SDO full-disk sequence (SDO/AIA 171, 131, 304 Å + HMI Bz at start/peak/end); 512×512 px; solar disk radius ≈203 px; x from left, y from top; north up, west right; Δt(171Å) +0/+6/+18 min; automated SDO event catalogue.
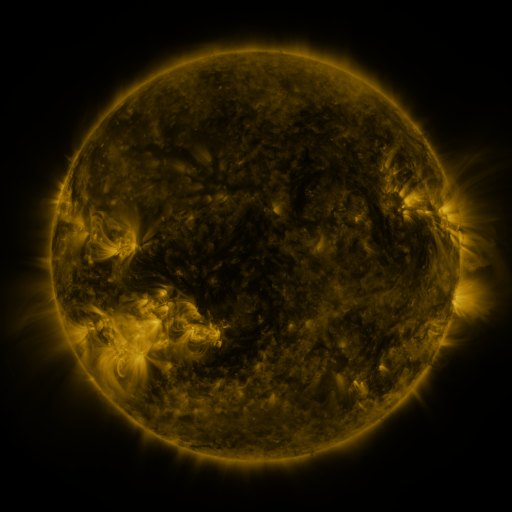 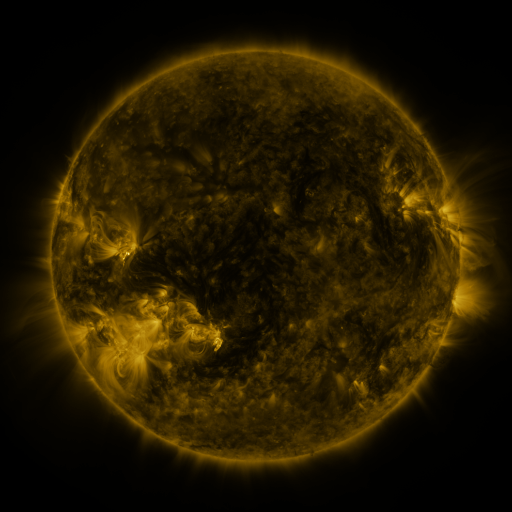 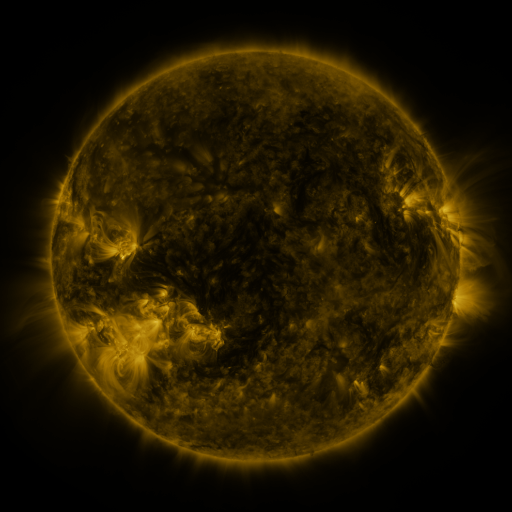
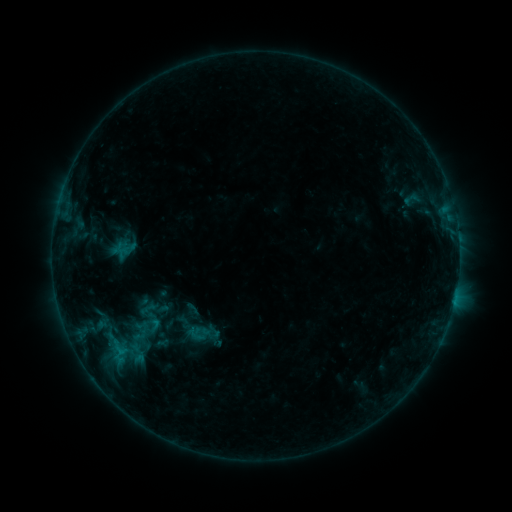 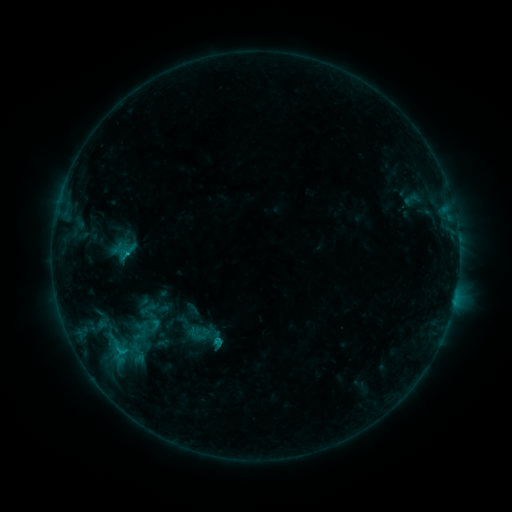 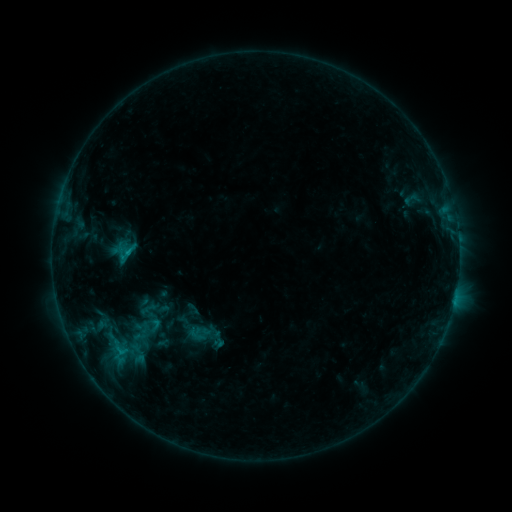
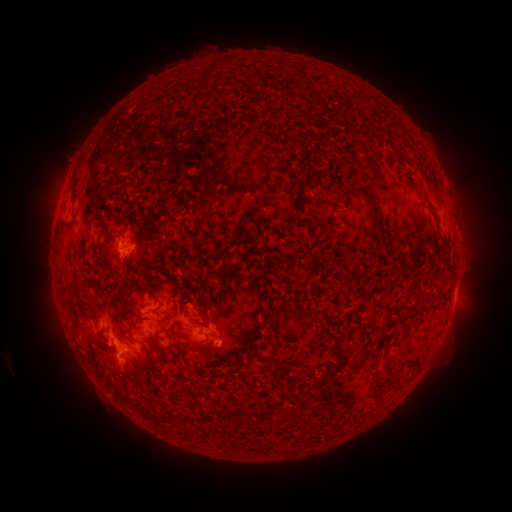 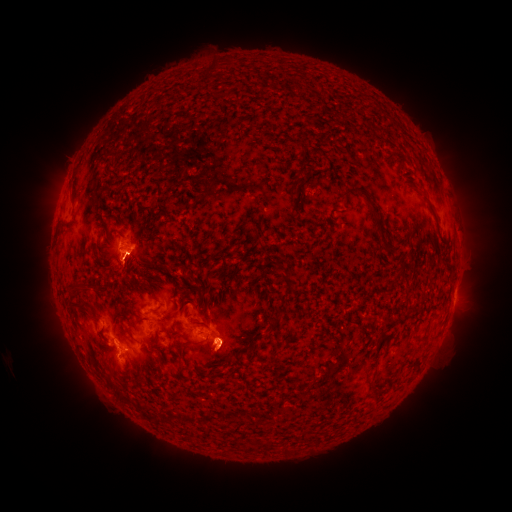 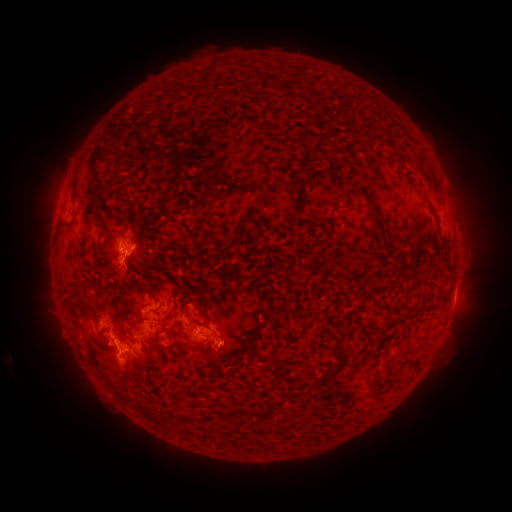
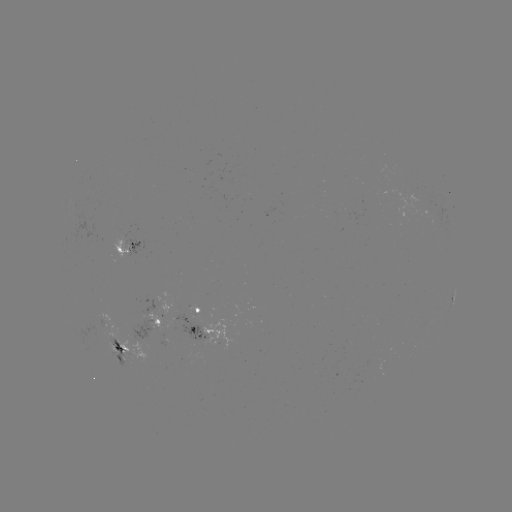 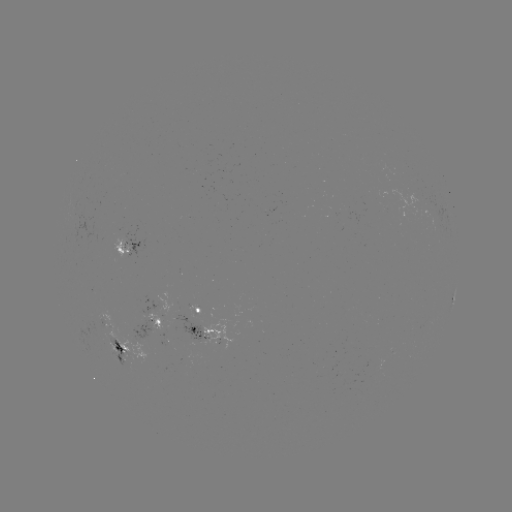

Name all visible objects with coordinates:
C1.2 flare: (127, 256)
